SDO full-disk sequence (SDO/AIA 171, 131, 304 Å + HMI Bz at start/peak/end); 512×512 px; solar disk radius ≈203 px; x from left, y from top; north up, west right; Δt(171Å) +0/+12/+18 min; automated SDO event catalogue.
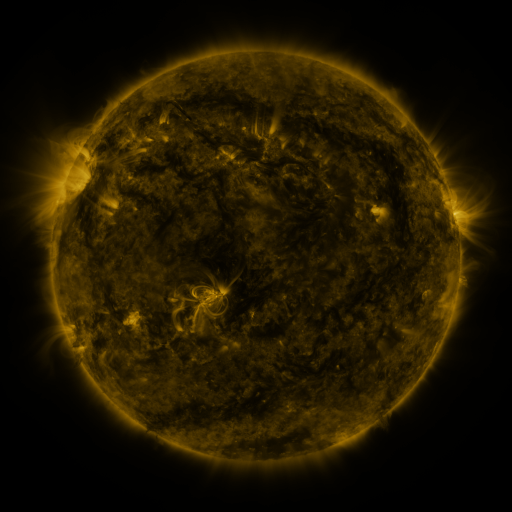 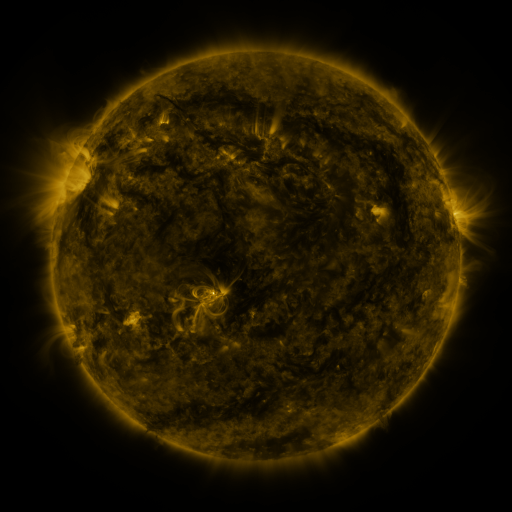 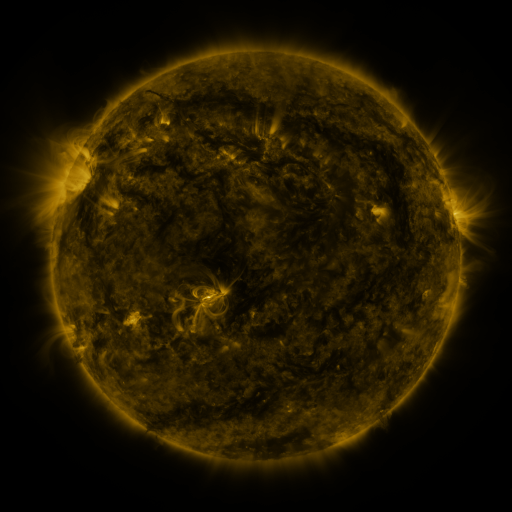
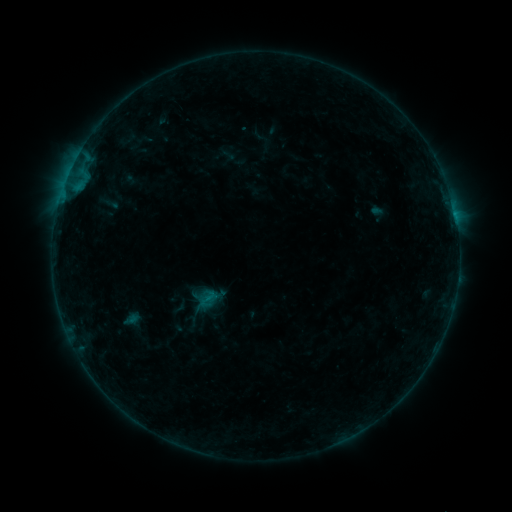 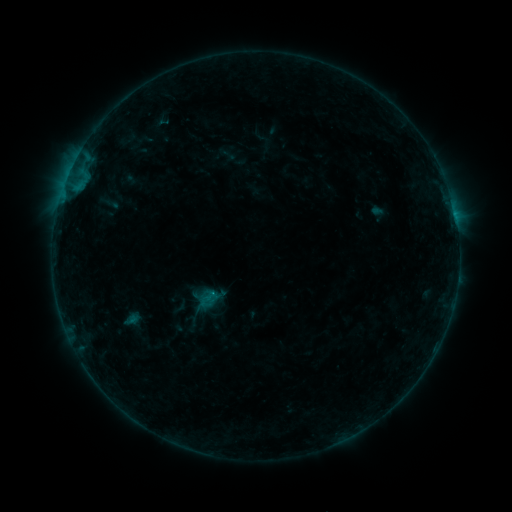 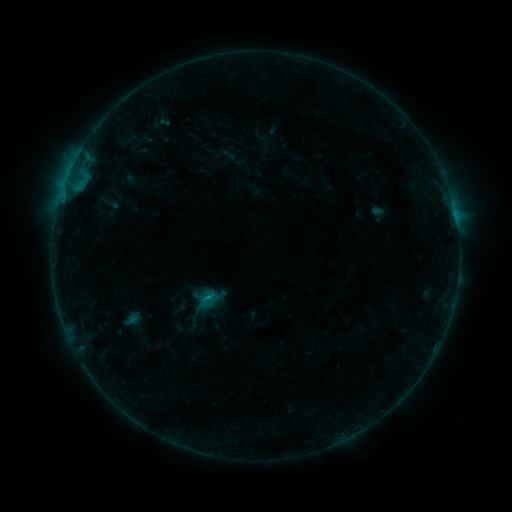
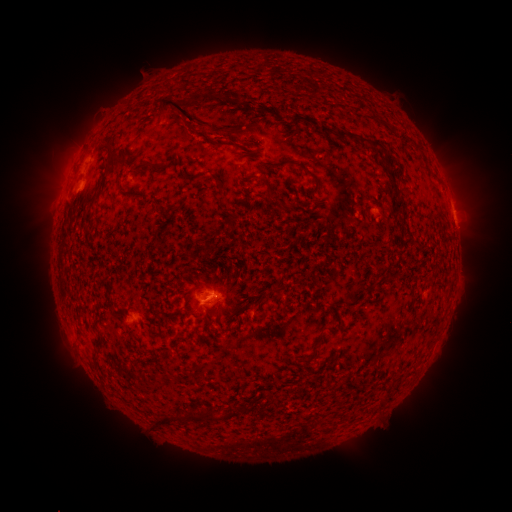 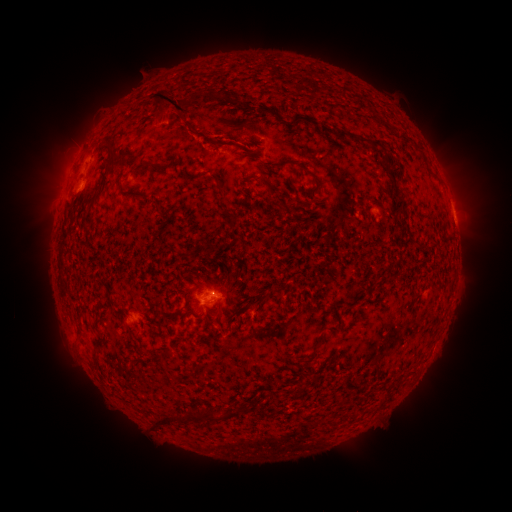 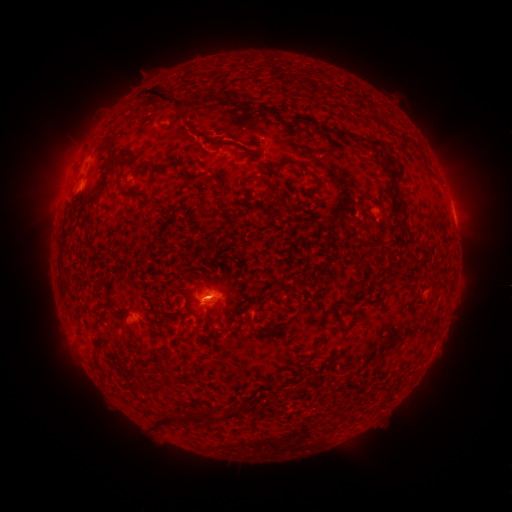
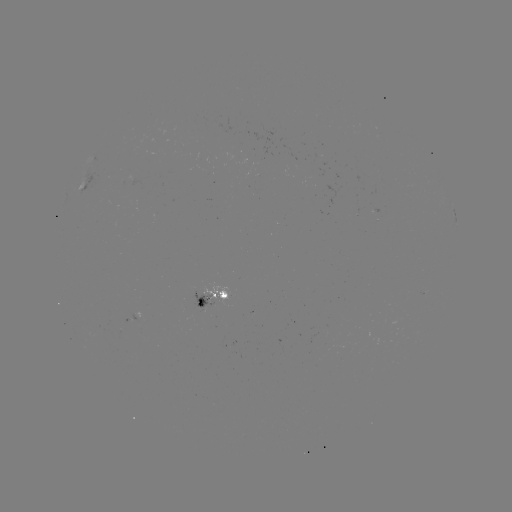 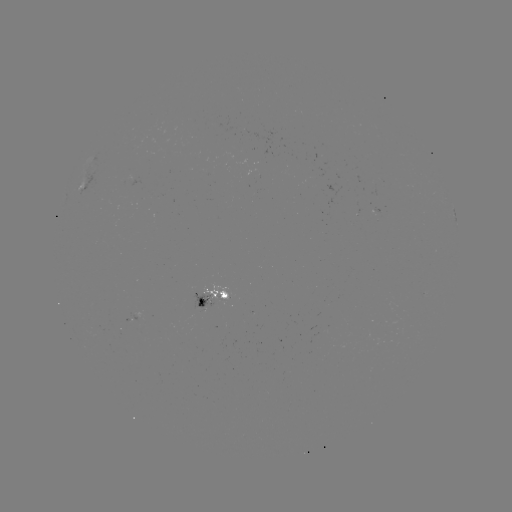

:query eruption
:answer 174,99